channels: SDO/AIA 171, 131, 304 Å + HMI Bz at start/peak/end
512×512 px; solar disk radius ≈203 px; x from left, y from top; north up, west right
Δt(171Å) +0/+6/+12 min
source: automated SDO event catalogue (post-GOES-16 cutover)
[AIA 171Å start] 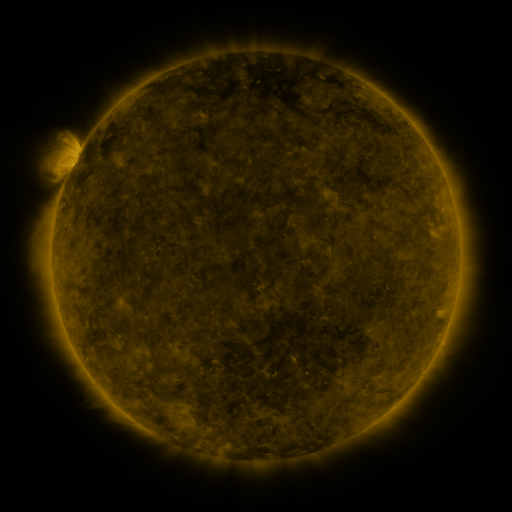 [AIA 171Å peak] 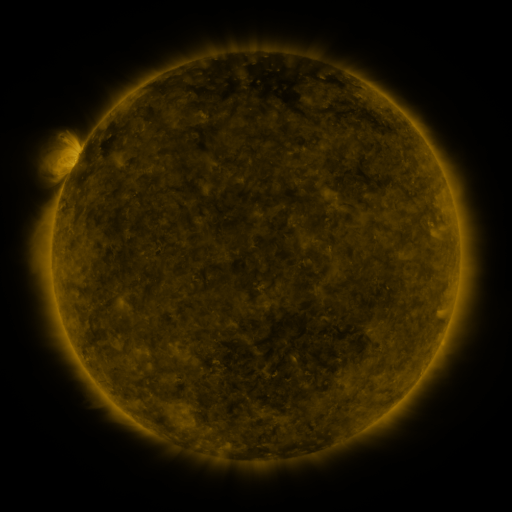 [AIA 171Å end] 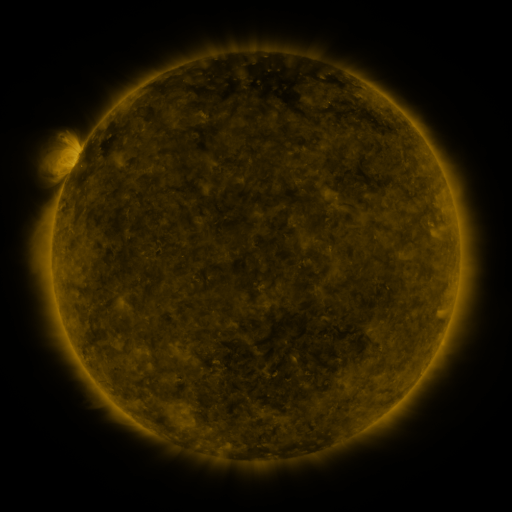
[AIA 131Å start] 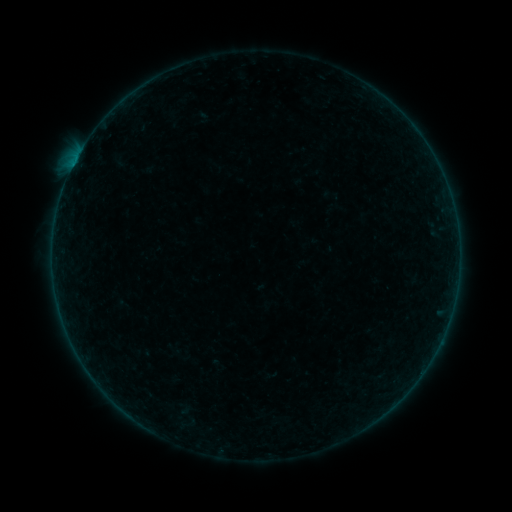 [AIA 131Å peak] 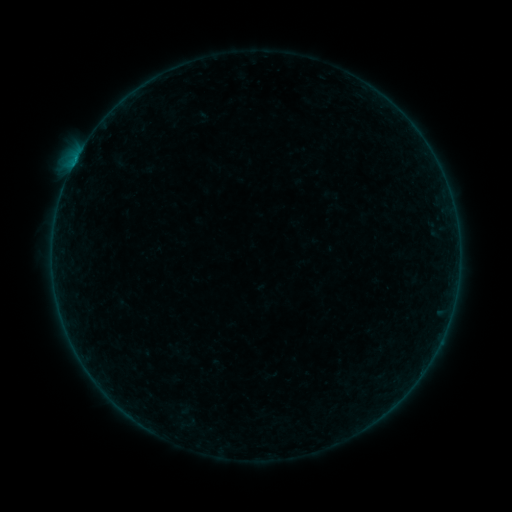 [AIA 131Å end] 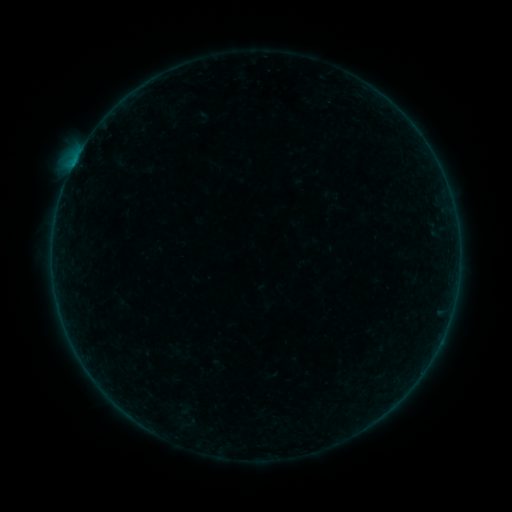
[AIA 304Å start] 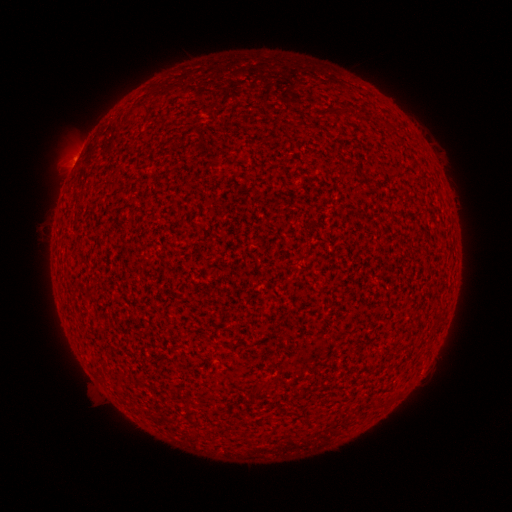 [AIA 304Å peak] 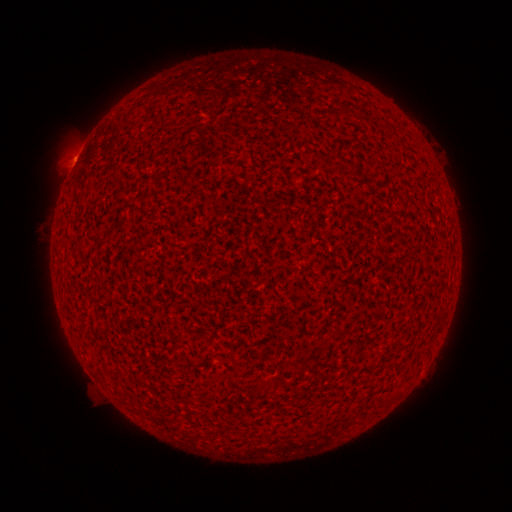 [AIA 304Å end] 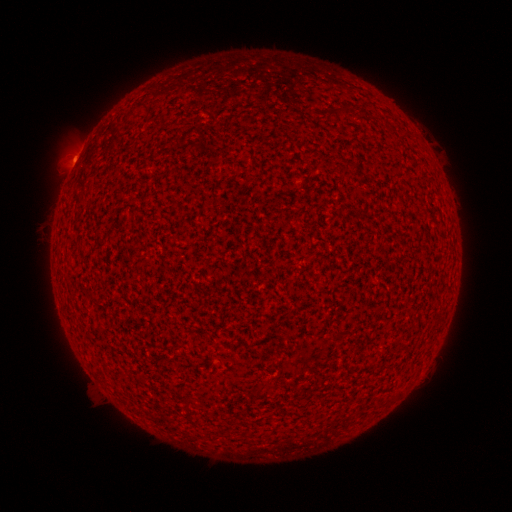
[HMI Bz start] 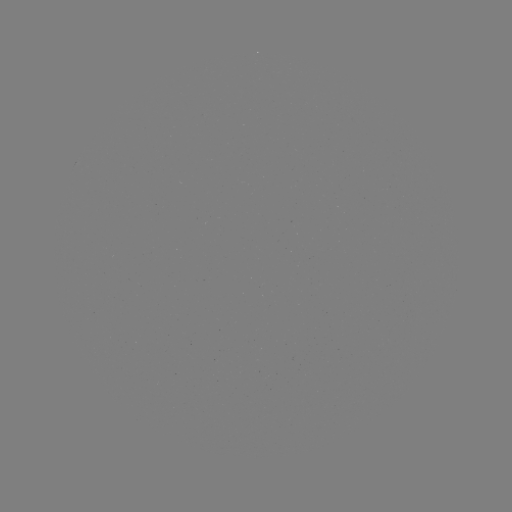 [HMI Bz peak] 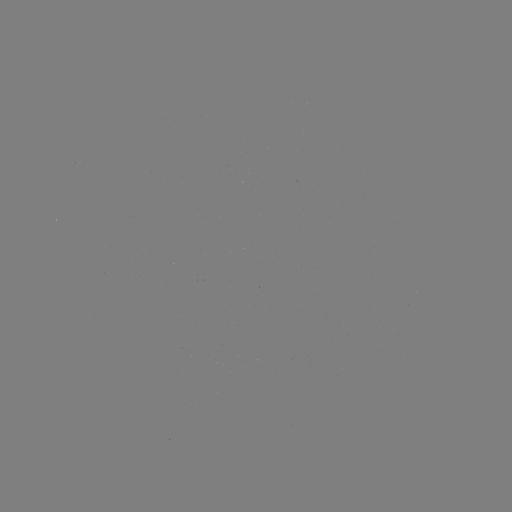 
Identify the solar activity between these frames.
B1.4 flare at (75, 165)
